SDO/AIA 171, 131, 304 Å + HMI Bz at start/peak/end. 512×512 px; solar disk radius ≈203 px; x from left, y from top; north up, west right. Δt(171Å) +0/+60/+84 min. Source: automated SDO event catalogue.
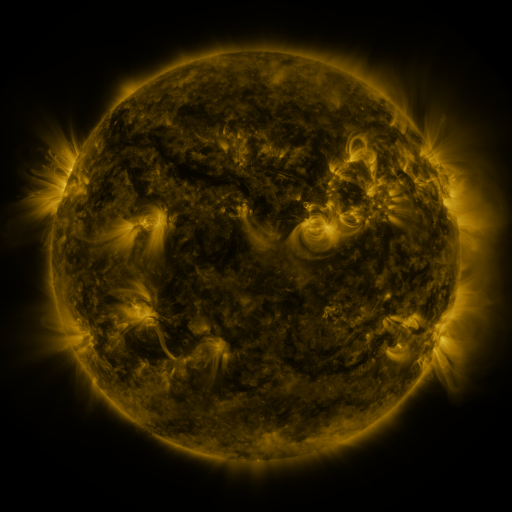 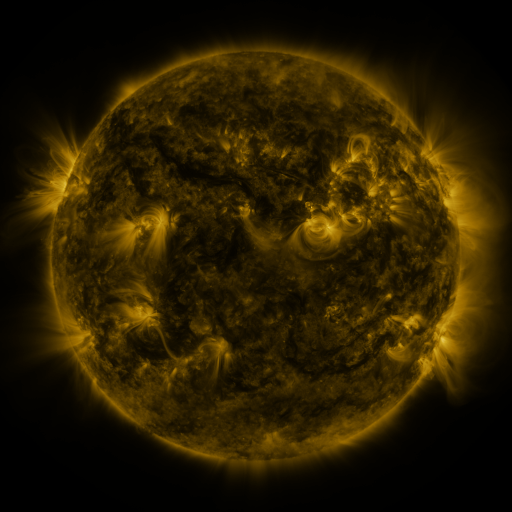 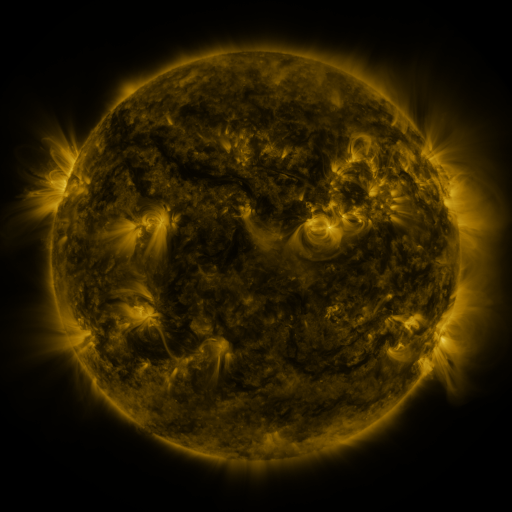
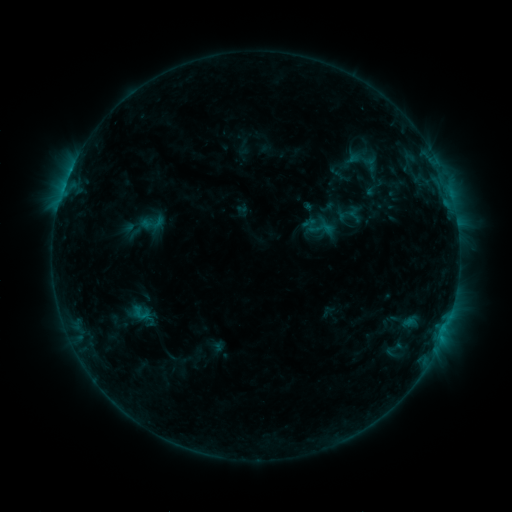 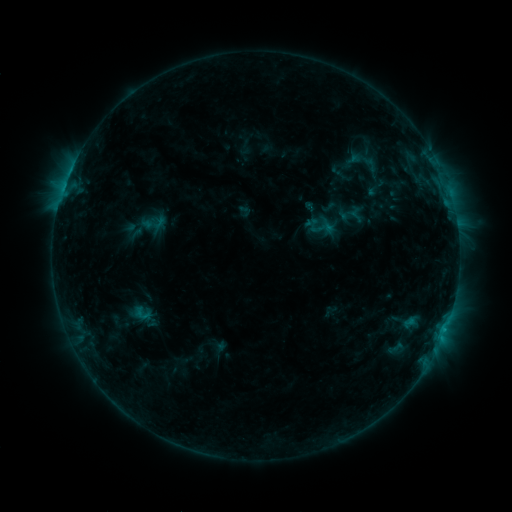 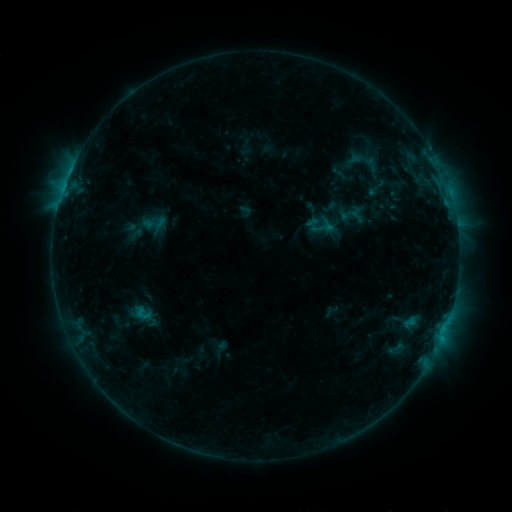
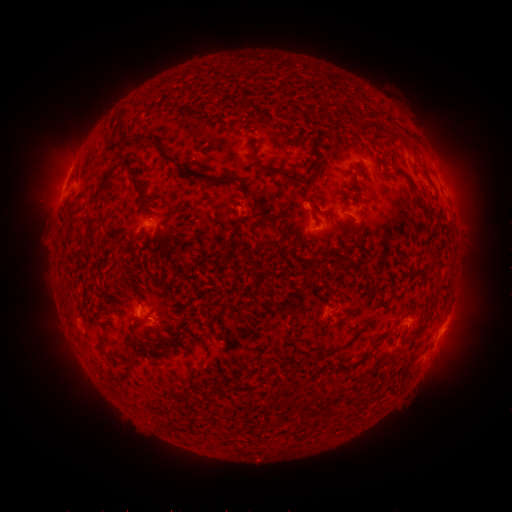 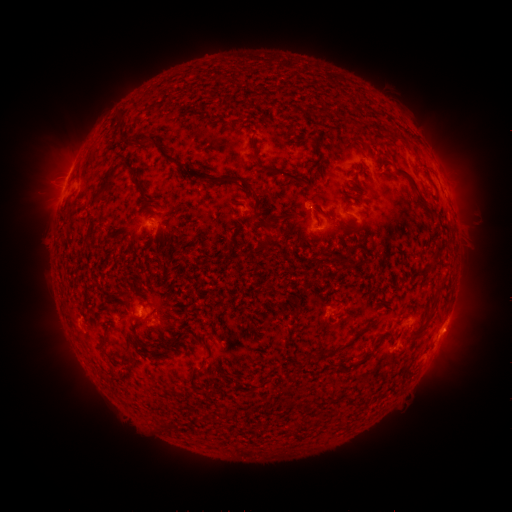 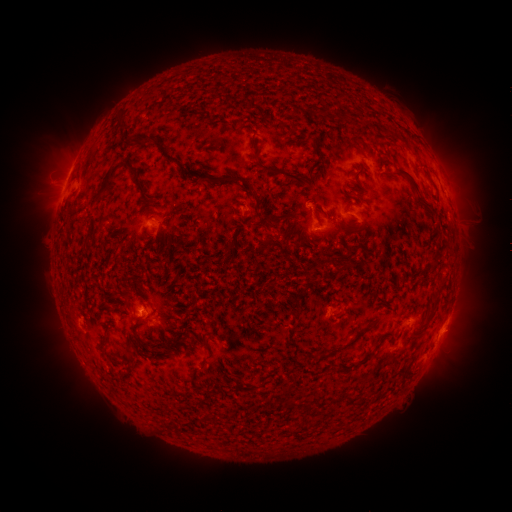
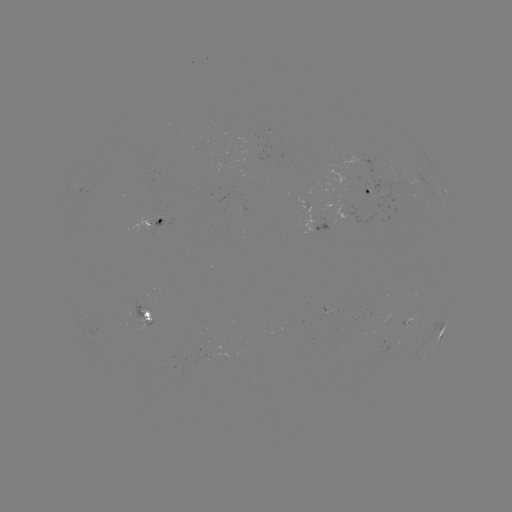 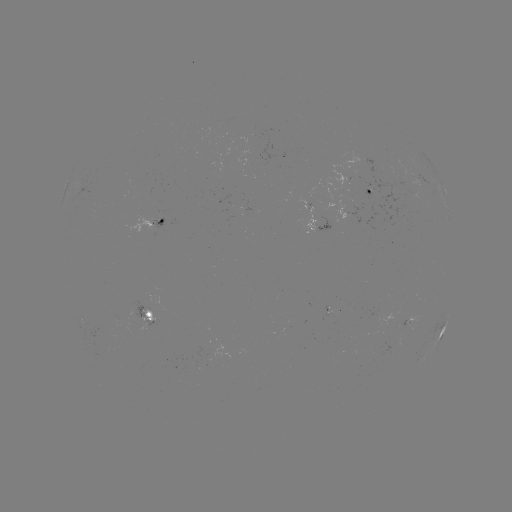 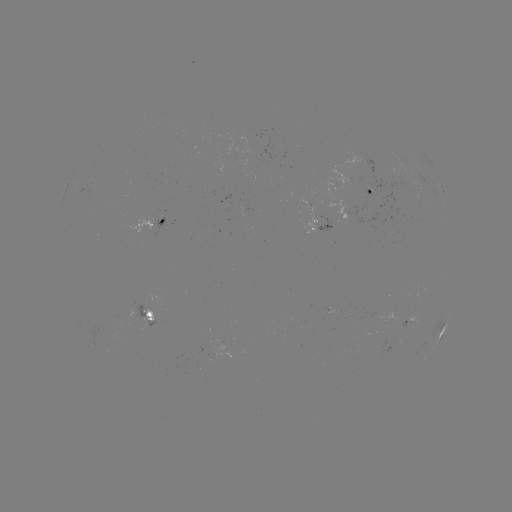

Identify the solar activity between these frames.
emerging-flux region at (408, 324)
